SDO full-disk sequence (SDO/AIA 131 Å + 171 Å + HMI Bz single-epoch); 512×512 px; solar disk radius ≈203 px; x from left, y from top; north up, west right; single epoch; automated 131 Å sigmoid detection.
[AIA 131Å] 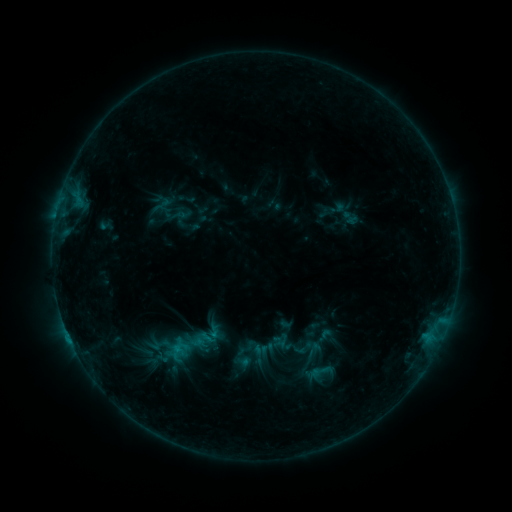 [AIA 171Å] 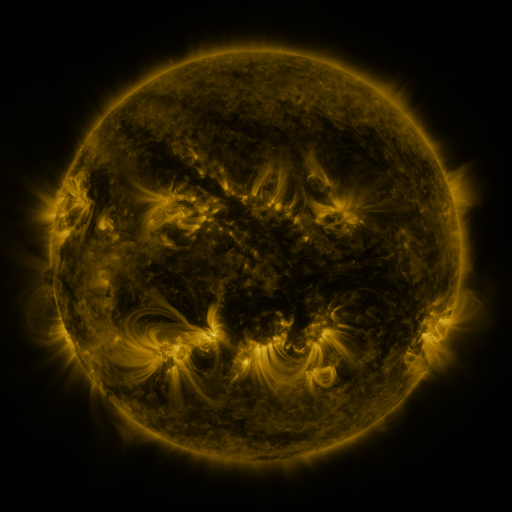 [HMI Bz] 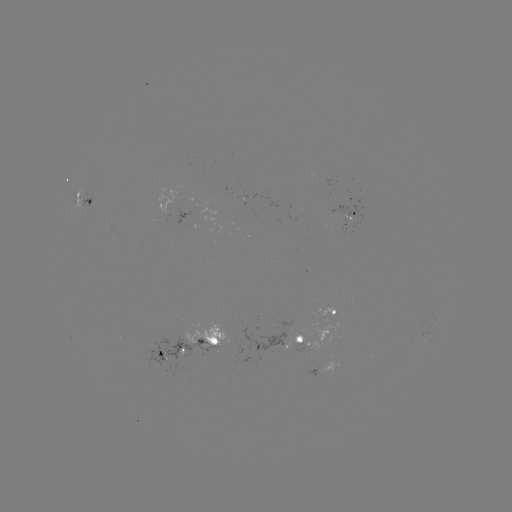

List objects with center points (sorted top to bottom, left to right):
sigmoid: <bbox>309, 361, 330, 381</bbox>
